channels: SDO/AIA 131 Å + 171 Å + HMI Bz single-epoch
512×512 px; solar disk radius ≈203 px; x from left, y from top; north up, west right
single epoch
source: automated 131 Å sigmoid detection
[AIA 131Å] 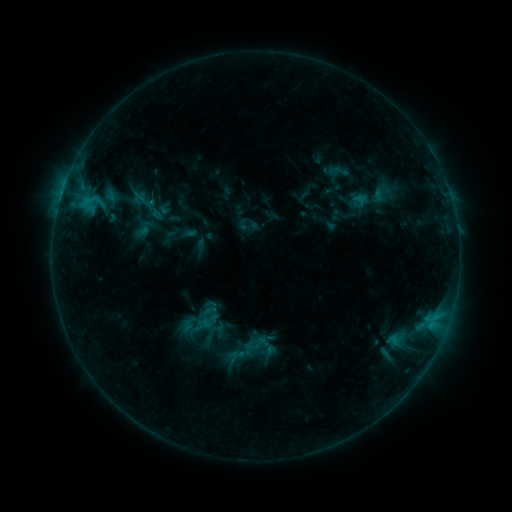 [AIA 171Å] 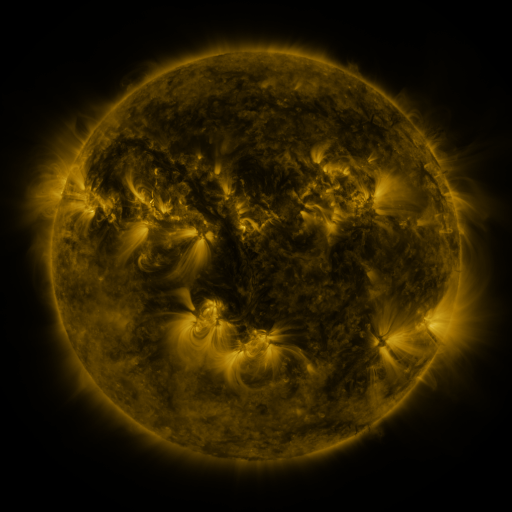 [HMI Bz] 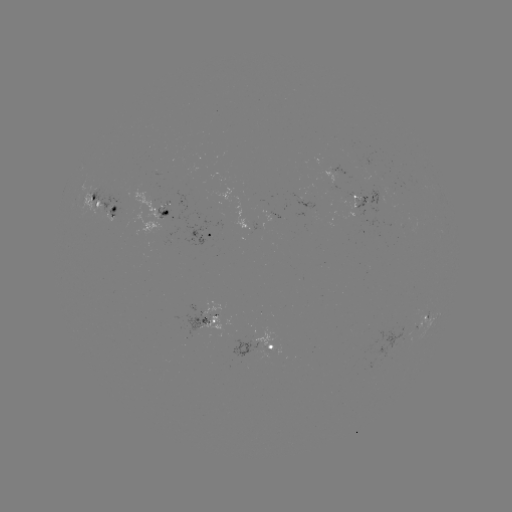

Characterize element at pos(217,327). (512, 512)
sigmoid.